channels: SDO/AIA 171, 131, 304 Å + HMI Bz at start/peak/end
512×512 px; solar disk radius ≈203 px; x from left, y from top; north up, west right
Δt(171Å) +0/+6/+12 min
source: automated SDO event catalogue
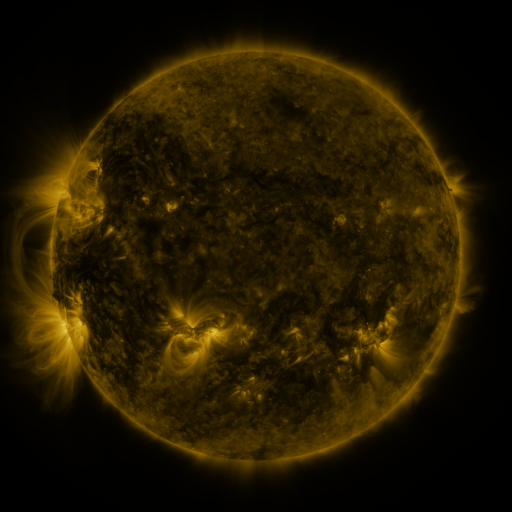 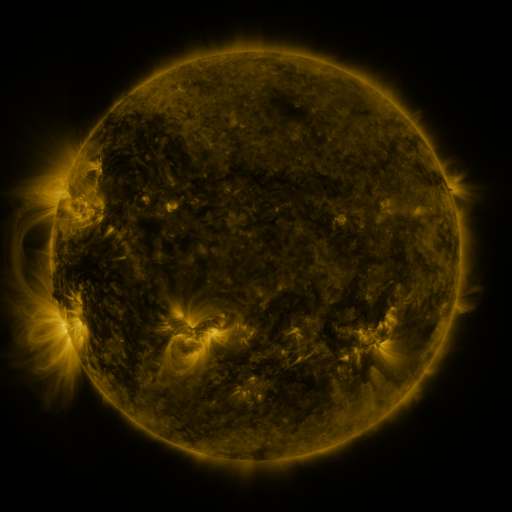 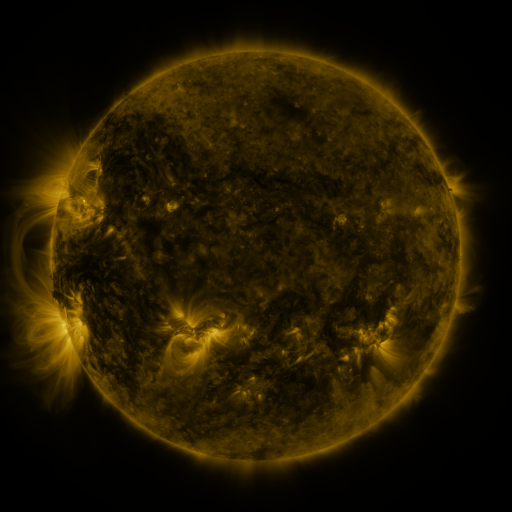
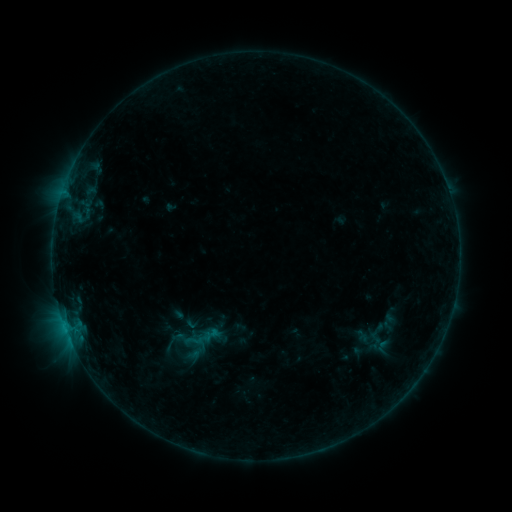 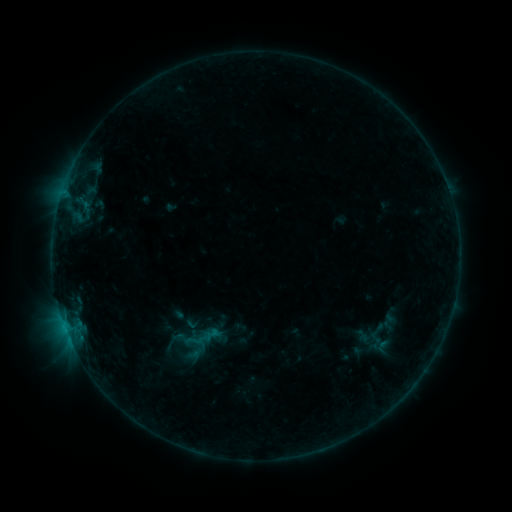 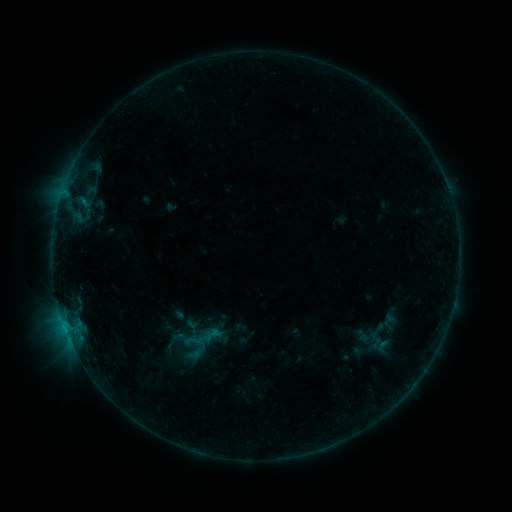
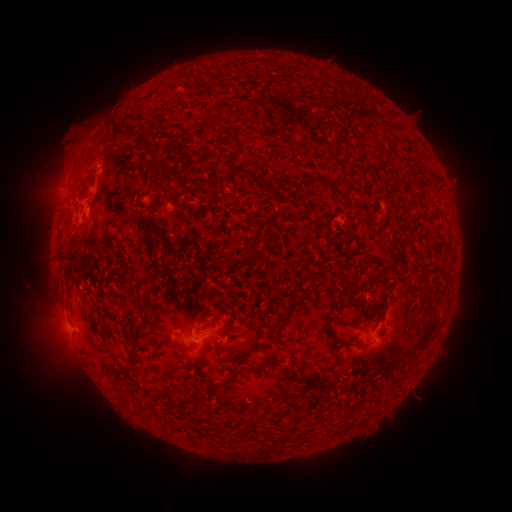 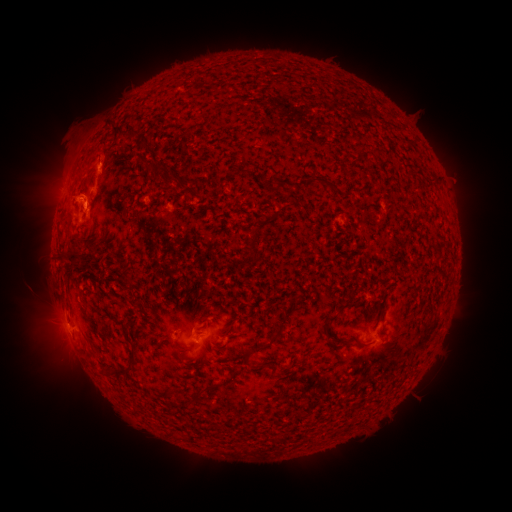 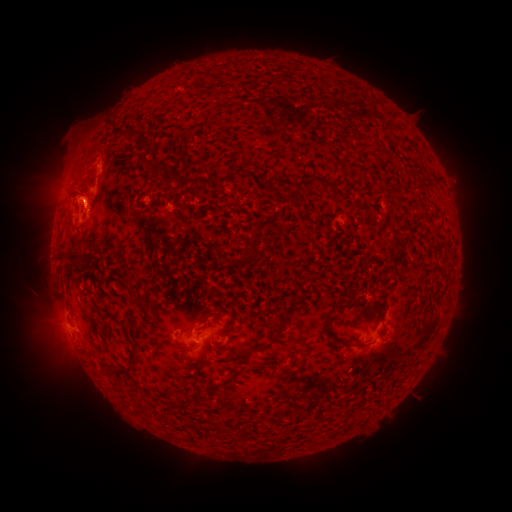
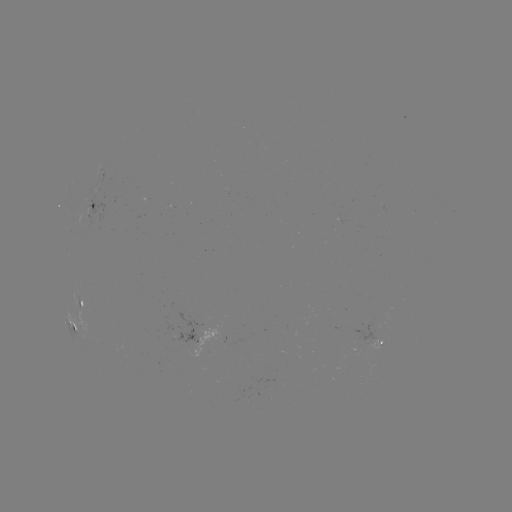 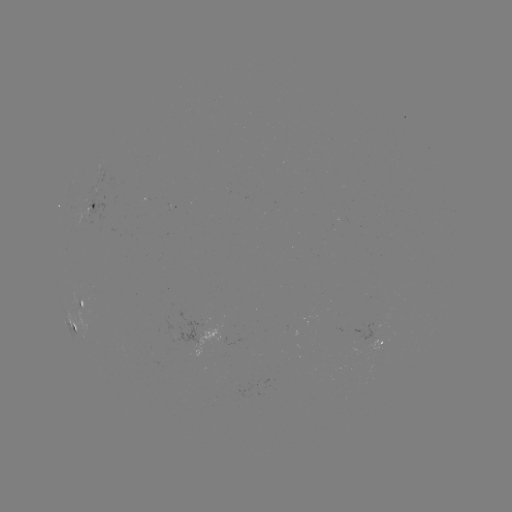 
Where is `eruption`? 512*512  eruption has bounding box [67, 181, 110, 222].